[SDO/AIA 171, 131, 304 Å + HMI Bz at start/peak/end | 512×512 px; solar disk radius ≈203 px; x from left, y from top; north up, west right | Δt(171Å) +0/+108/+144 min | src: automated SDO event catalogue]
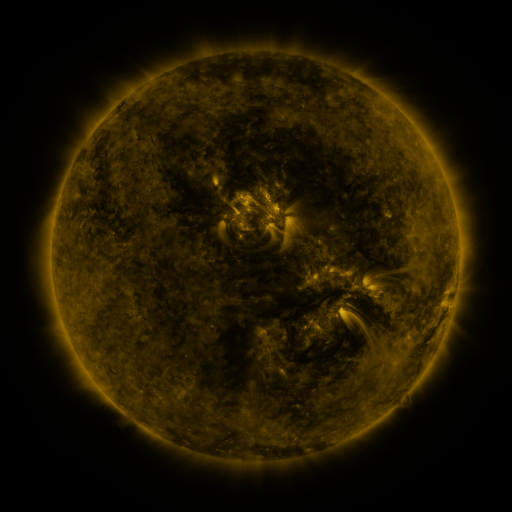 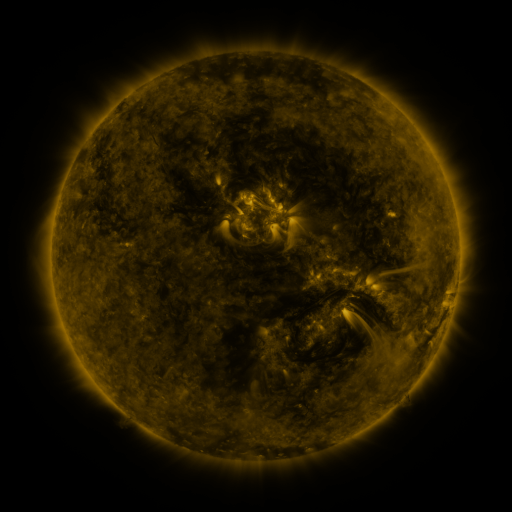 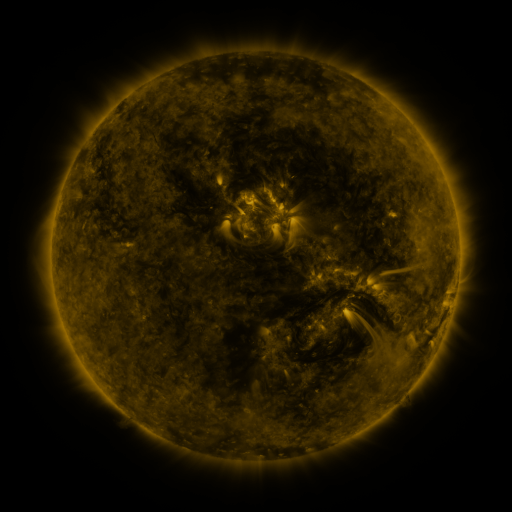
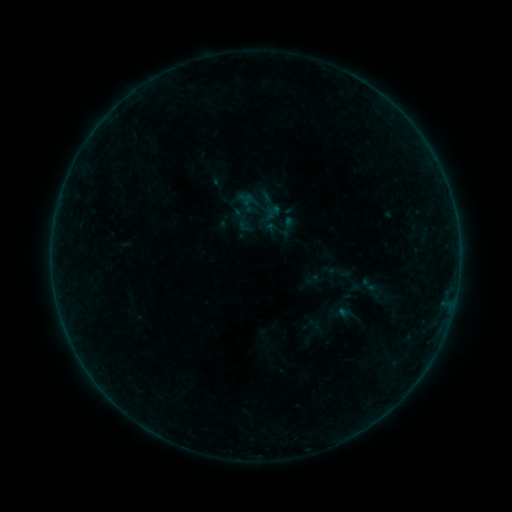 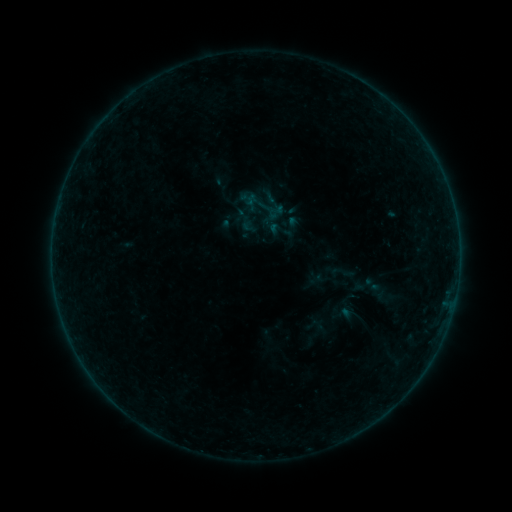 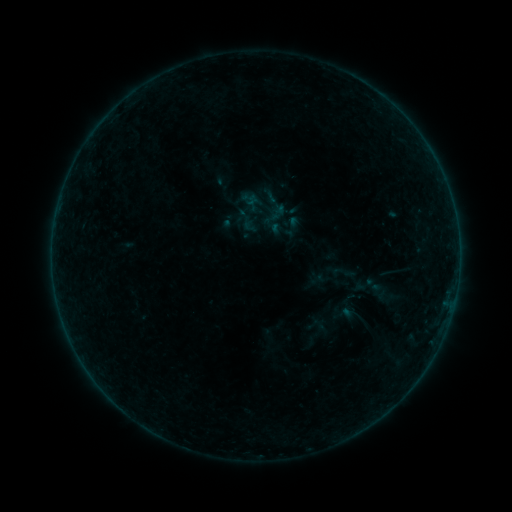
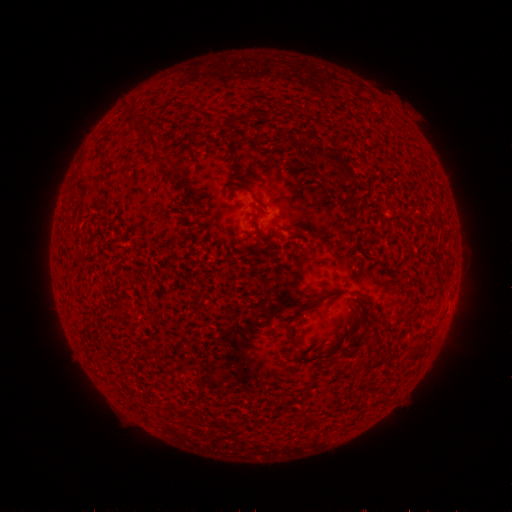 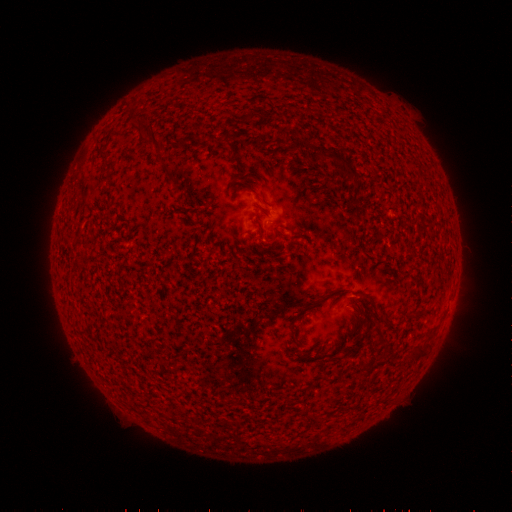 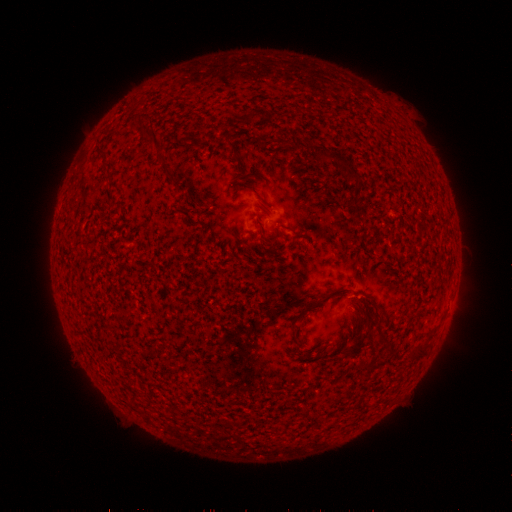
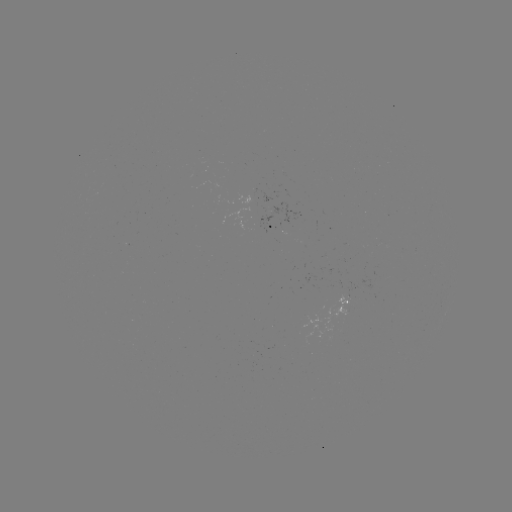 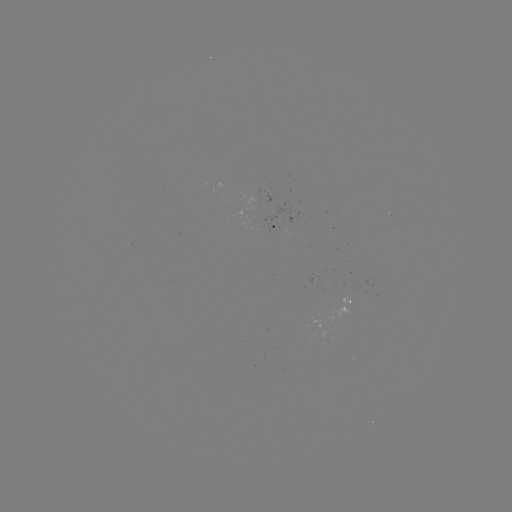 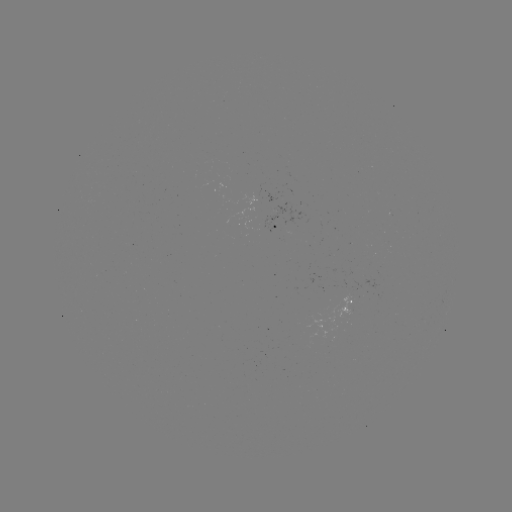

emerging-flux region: <bbox>240, 186, 260, 206</bbox>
